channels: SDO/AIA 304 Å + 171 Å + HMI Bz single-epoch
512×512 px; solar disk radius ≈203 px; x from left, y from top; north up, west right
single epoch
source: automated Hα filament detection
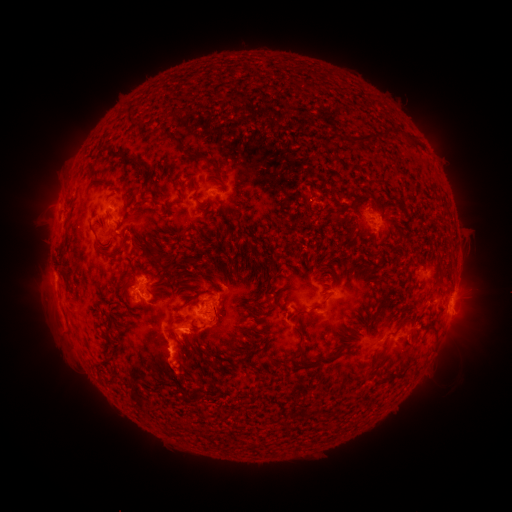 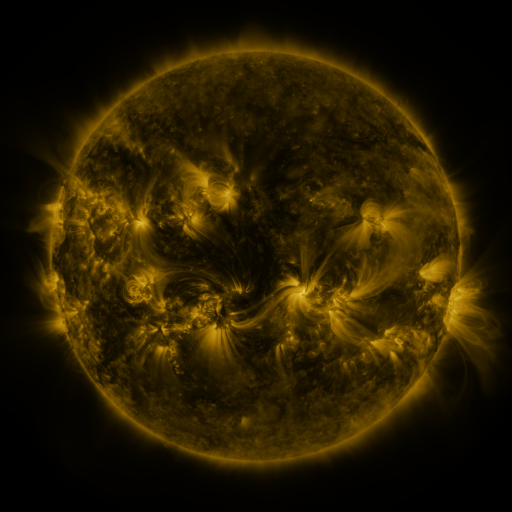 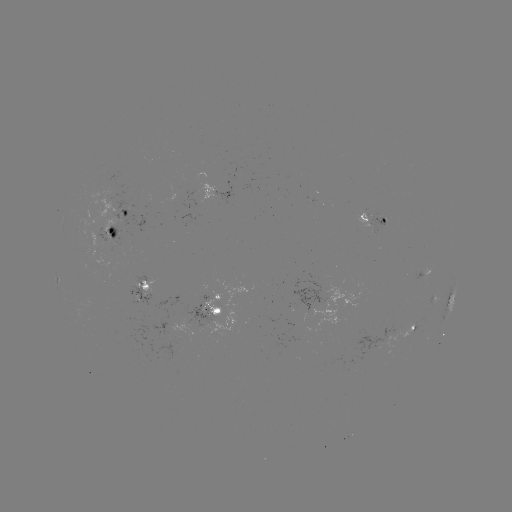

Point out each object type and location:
filament: (175, 139)
filament: (374, 140)
filament: (134, 161)
filament: (214, 165)
filament: (353, 208)
filament: (115, 252)
filament: (156, 257)
filament: (255, 302)
filament: (322, 303)
filament: (296, 317)
filament: (433, 332)
filament: (298, 354)
filament: (323, 361)
filament: (212, 364)
